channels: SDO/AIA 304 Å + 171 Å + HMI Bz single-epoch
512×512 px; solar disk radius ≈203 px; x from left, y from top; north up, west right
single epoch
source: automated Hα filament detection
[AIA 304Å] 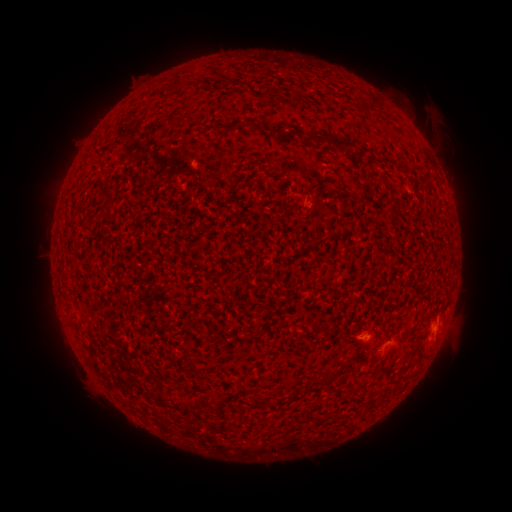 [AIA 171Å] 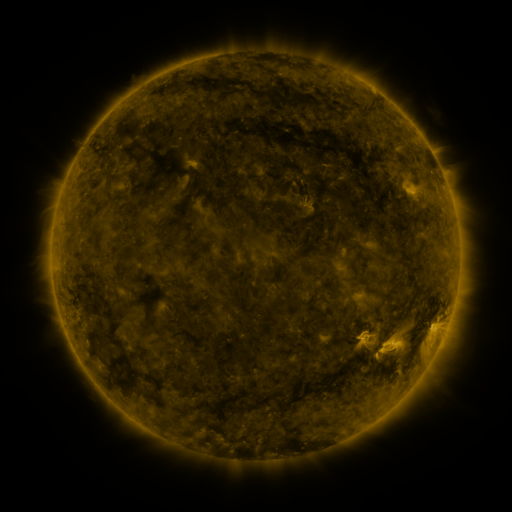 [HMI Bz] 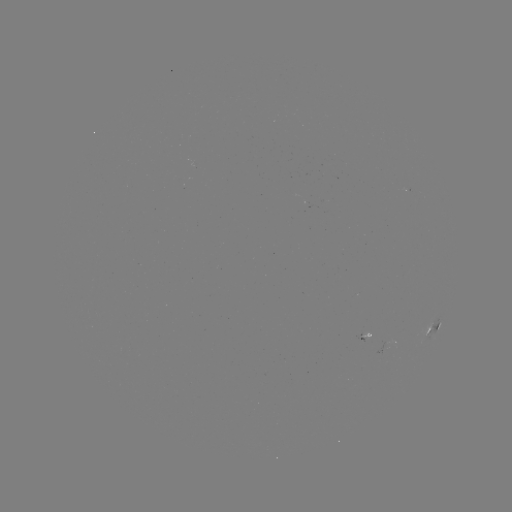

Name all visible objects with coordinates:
filament: [260, 64, 270, 74]
filament: [170, 81, 180, 90]
filament: [361, 98, 381, 114]
filament: [217, 132, 225, 146]
filament: [301, 134, 354, 152]
filament: [215, 149, 224, 163]
filament: [192, 354, 204, 363]
filament: [261, 395, 272, 408]
filament: [252, 397, 261, 407]
